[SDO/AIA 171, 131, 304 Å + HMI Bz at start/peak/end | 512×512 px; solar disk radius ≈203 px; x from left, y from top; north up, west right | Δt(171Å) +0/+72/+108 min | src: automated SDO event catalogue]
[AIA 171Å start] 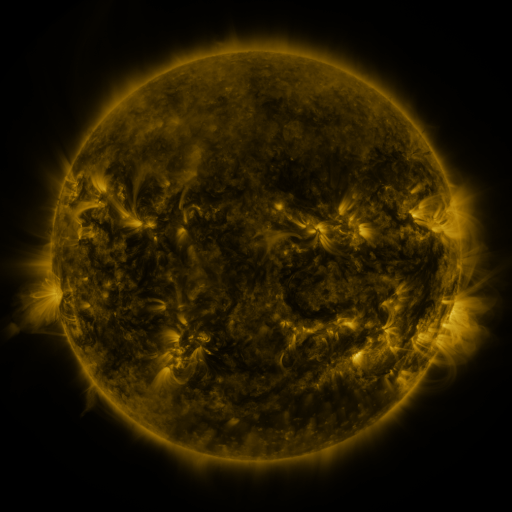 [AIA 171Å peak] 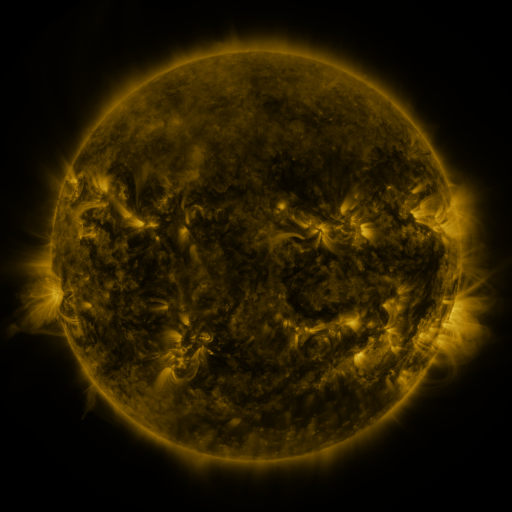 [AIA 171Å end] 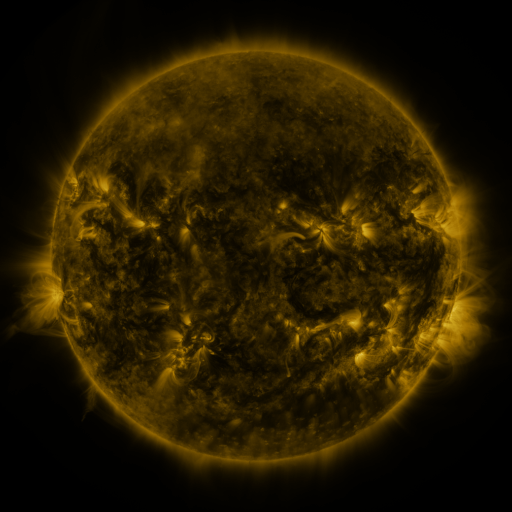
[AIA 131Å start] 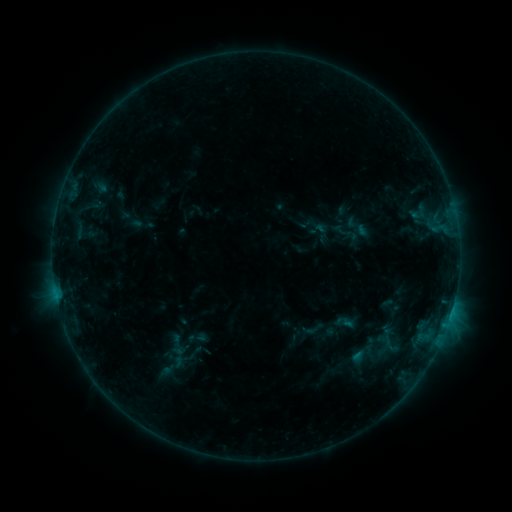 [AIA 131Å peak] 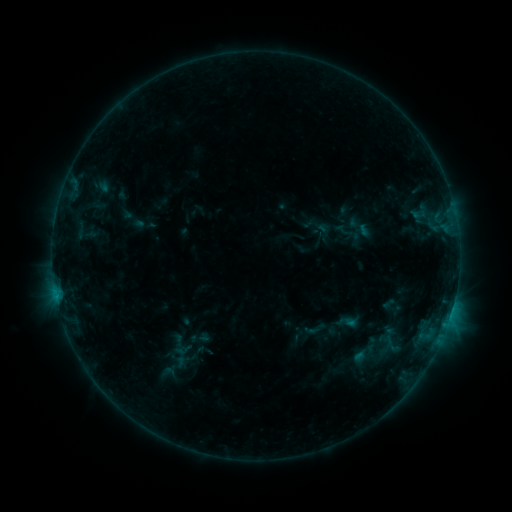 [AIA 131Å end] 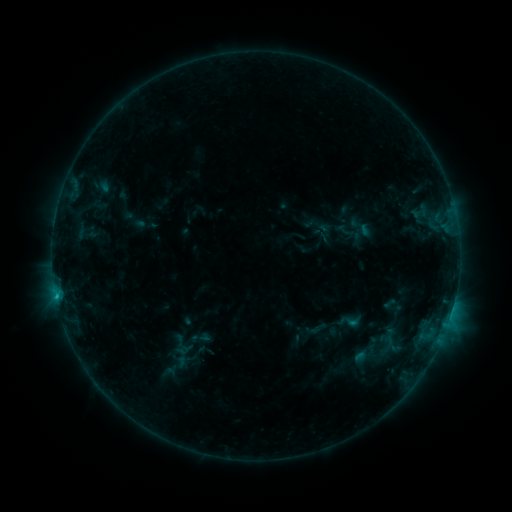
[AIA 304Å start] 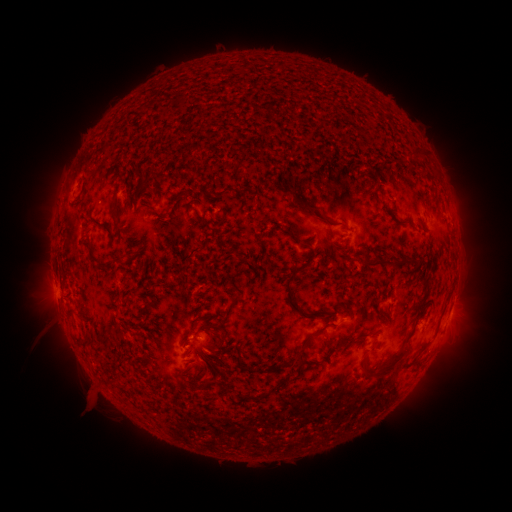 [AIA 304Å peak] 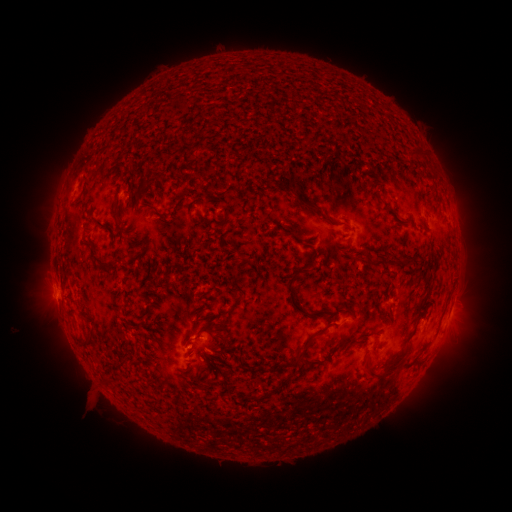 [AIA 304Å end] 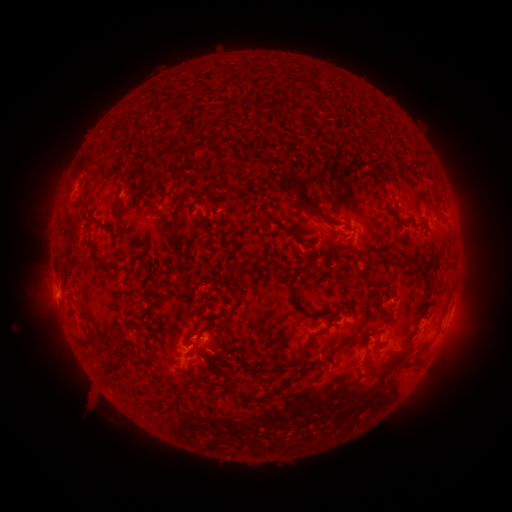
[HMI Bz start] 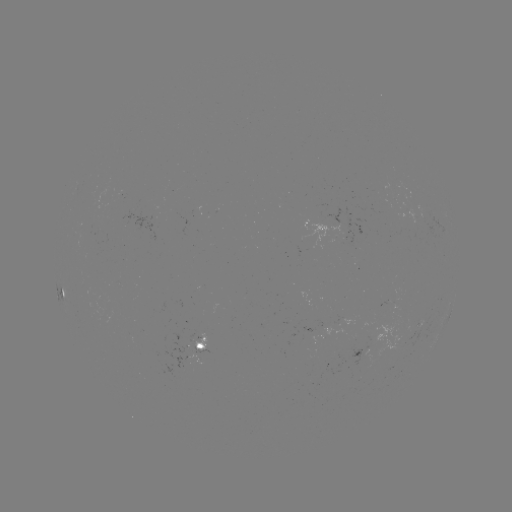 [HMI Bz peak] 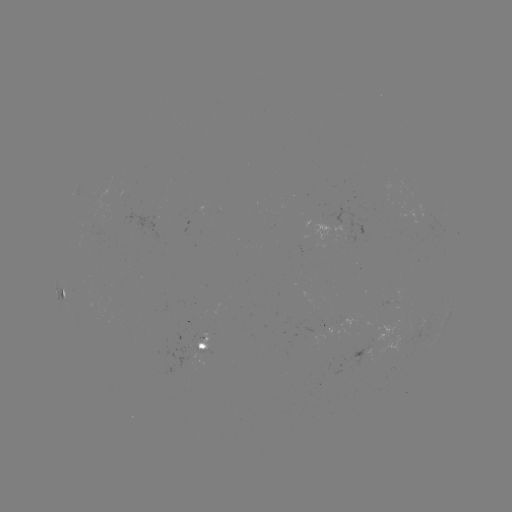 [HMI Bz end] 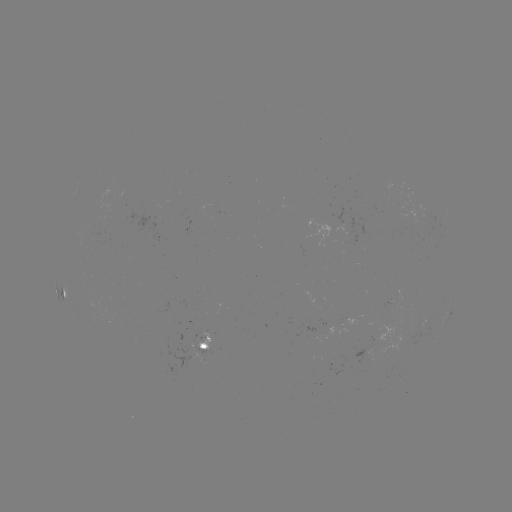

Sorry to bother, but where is emerging-flux region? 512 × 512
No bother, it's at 342,226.